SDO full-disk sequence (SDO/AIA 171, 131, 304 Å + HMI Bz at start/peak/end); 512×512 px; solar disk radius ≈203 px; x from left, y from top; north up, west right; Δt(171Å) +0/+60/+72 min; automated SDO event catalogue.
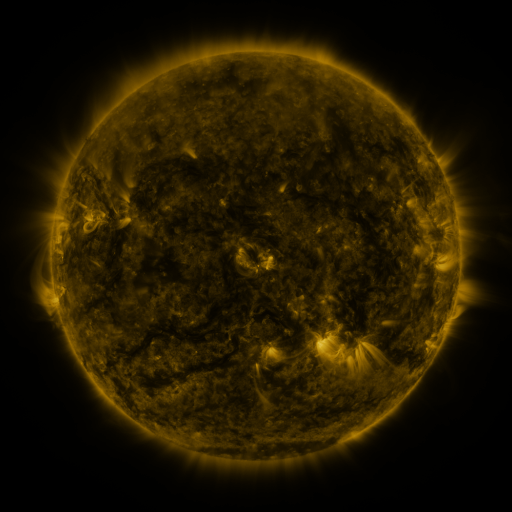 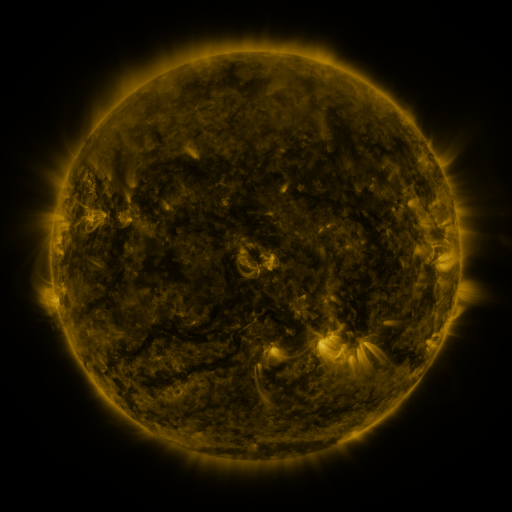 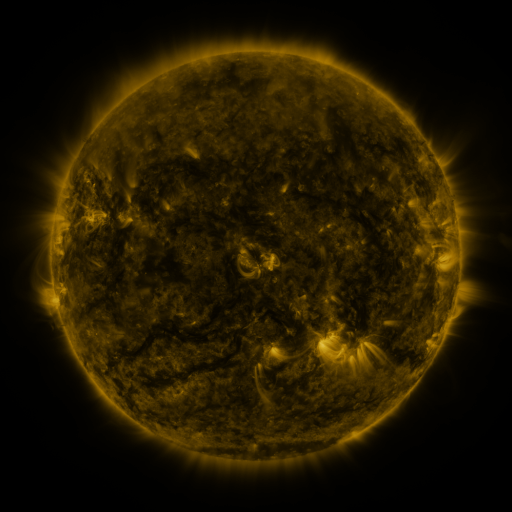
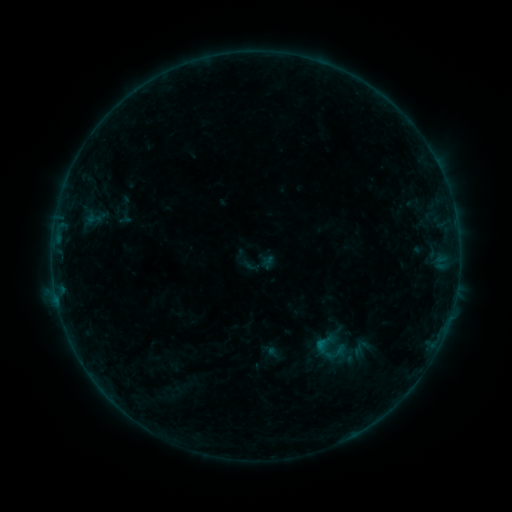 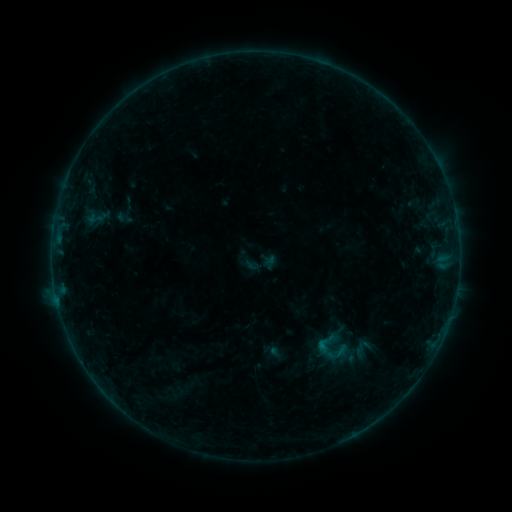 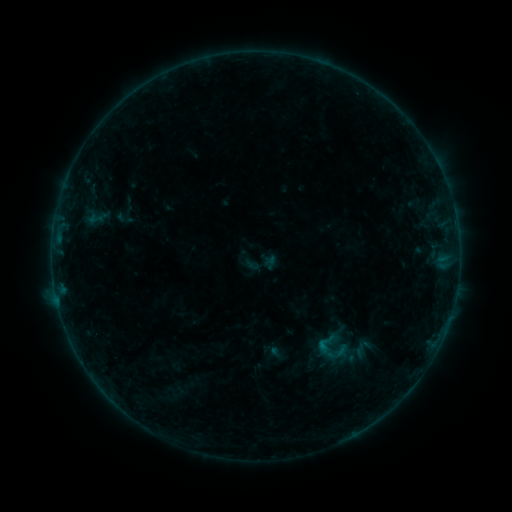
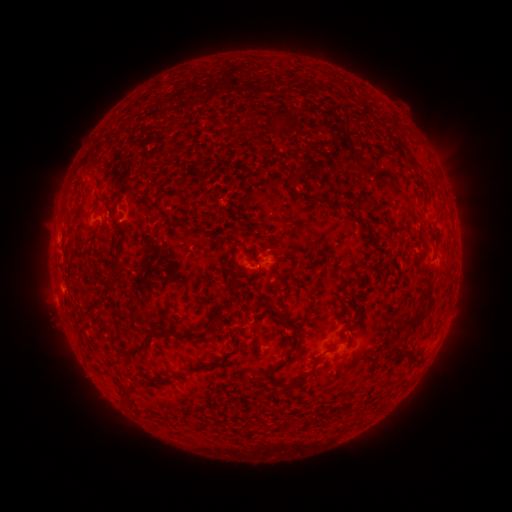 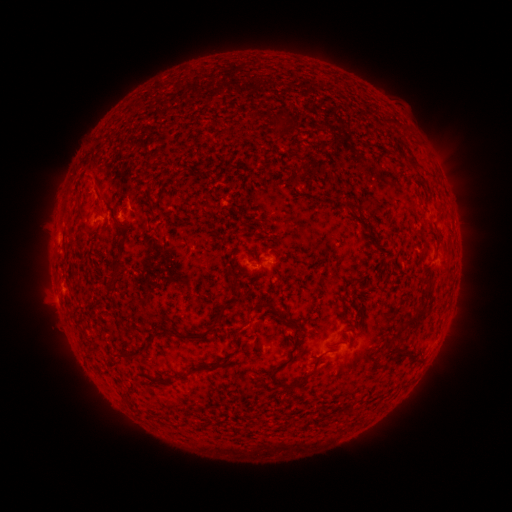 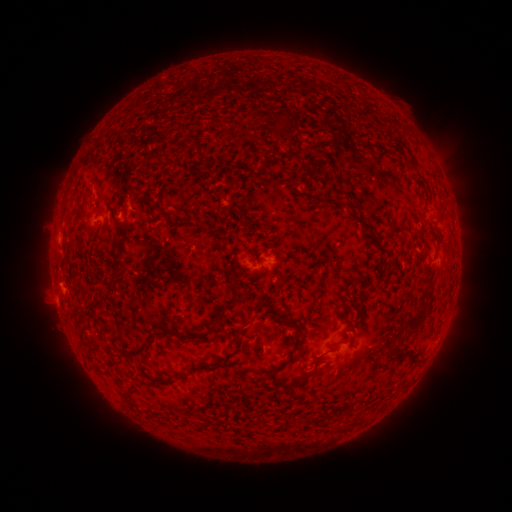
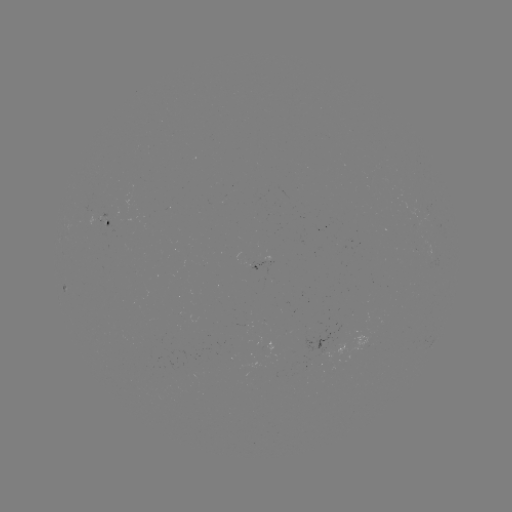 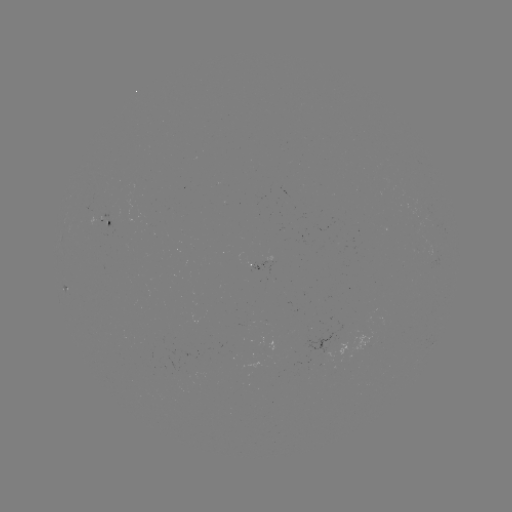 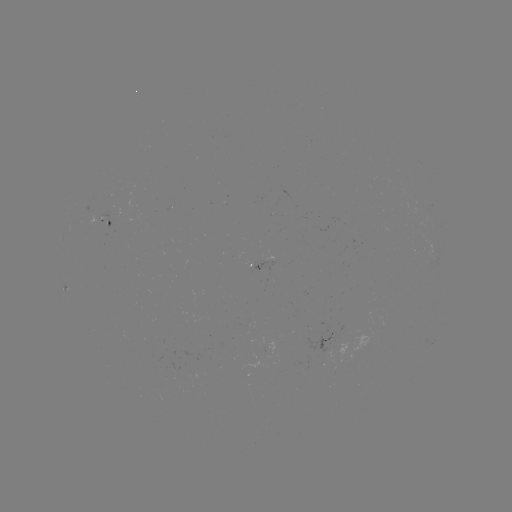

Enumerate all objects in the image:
emerging-flux region: (259, 266)
